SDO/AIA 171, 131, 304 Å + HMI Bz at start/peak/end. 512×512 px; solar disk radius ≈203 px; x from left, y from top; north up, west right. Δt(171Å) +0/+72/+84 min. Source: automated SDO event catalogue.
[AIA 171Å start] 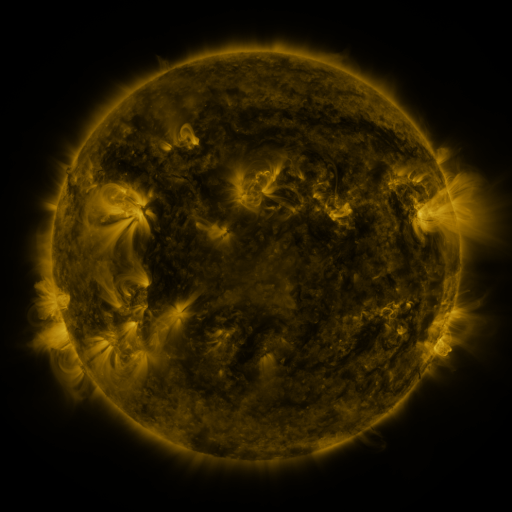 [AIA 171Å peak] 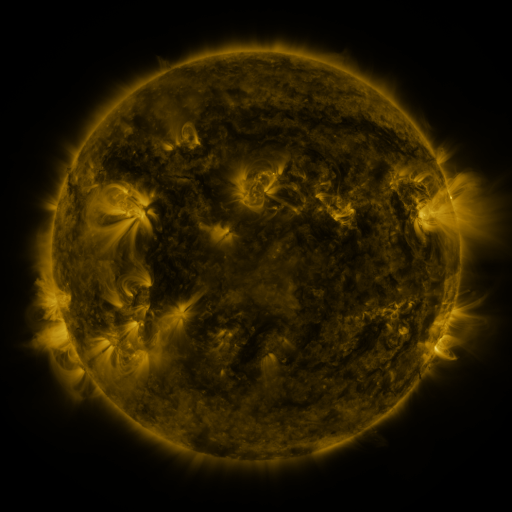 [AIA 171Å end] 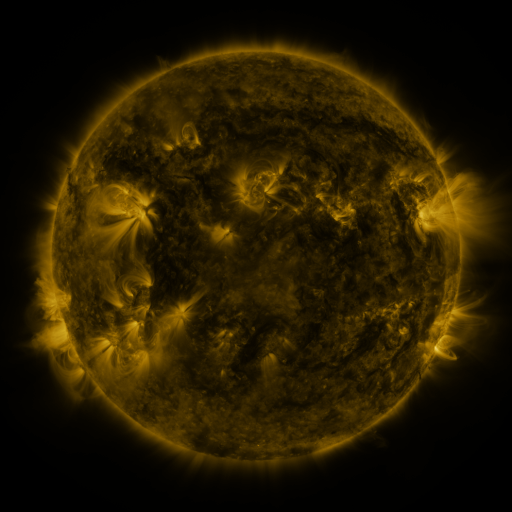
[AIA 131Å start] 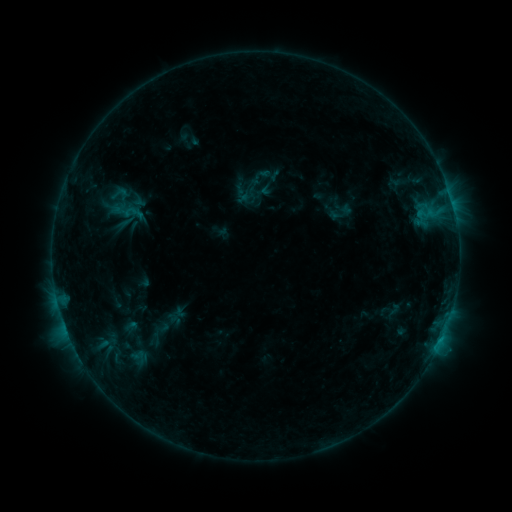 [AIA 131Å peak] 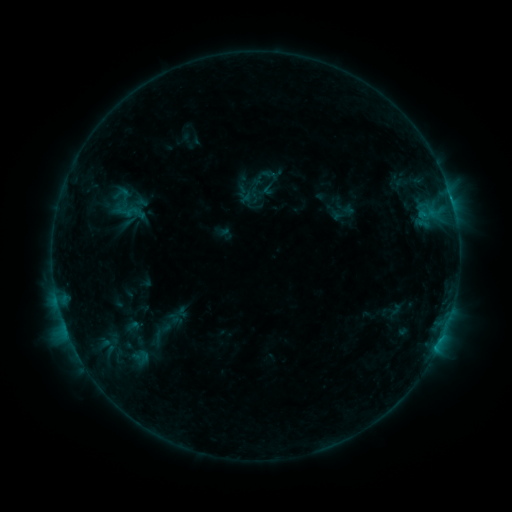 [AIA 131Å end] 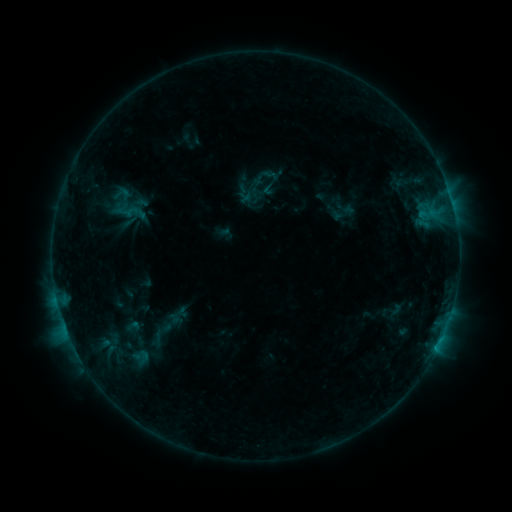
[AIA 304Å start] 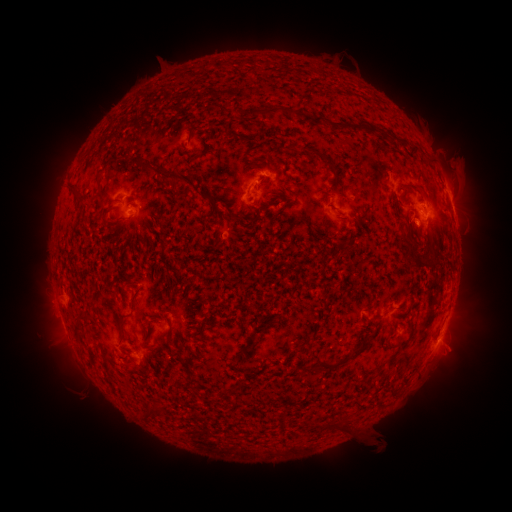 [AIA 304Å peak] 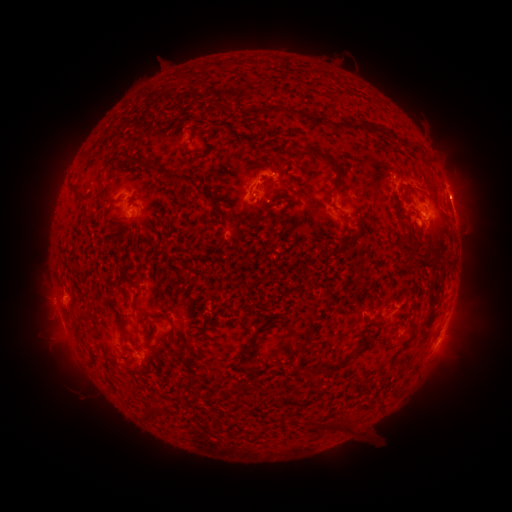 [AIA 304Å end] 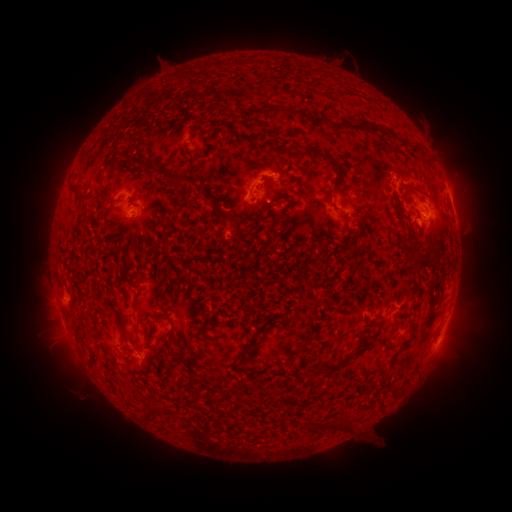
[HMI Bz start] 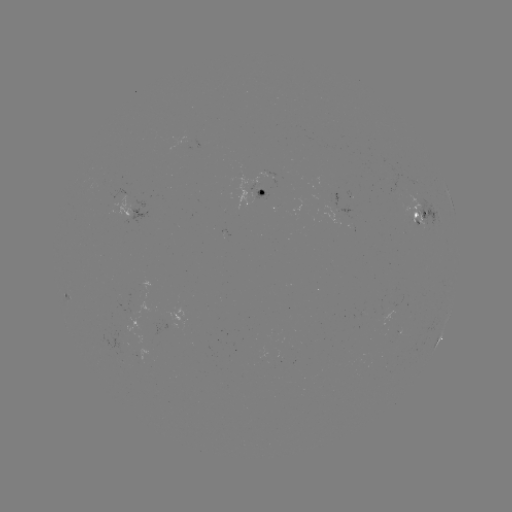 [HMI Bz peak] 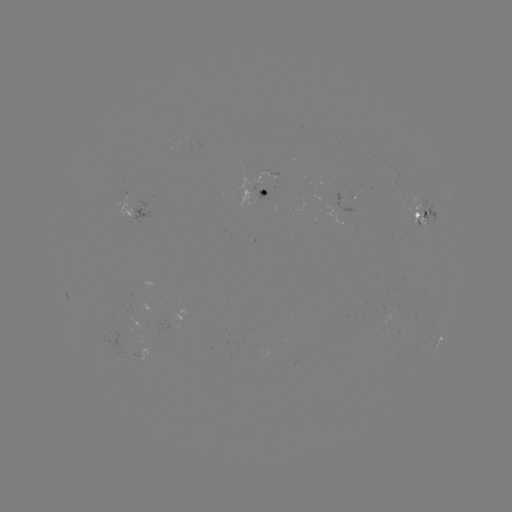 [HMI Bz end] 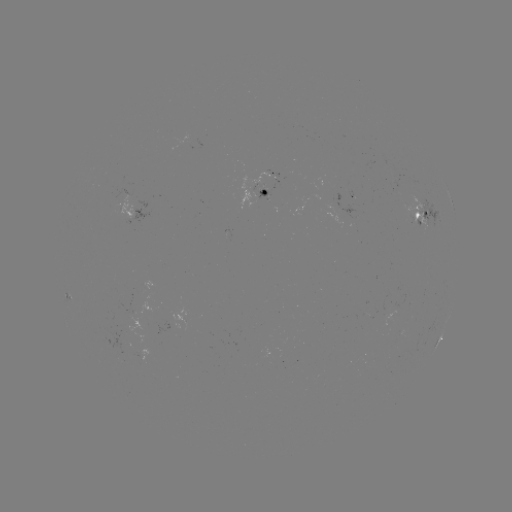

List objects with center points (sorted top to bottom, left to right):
emerging-flux region: (261, 190)
